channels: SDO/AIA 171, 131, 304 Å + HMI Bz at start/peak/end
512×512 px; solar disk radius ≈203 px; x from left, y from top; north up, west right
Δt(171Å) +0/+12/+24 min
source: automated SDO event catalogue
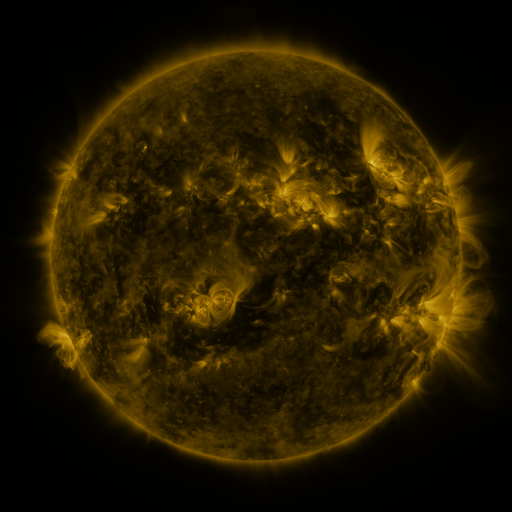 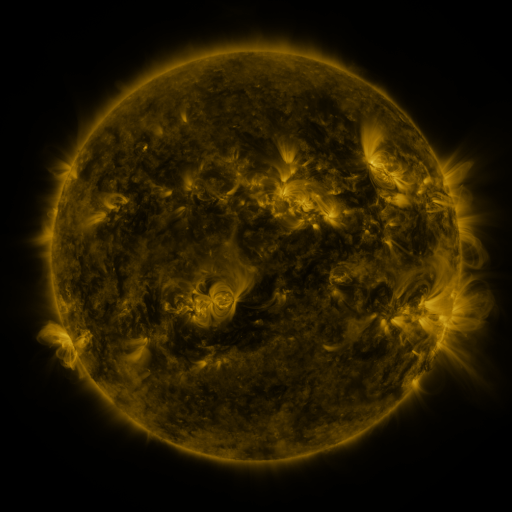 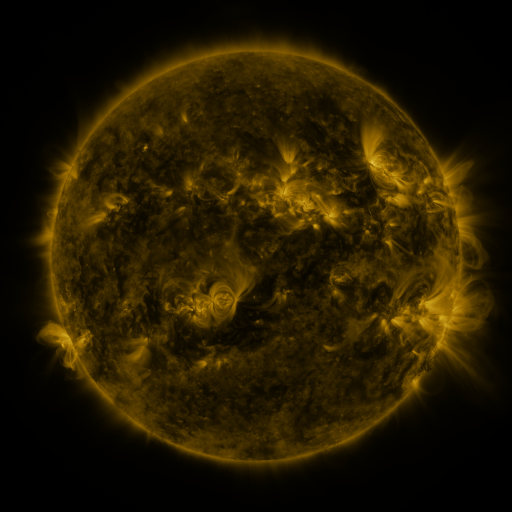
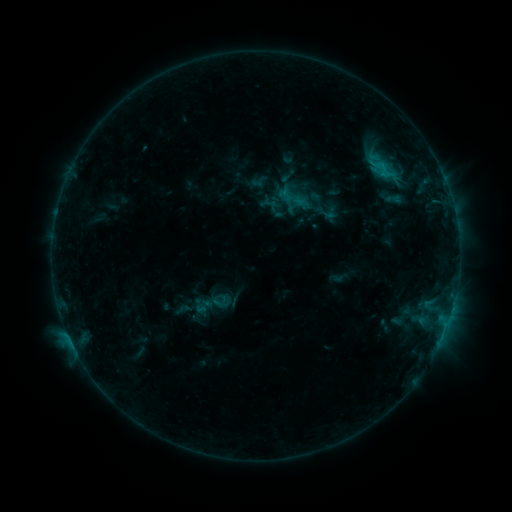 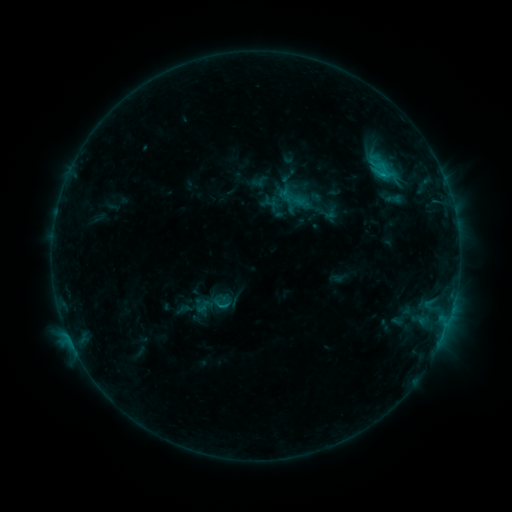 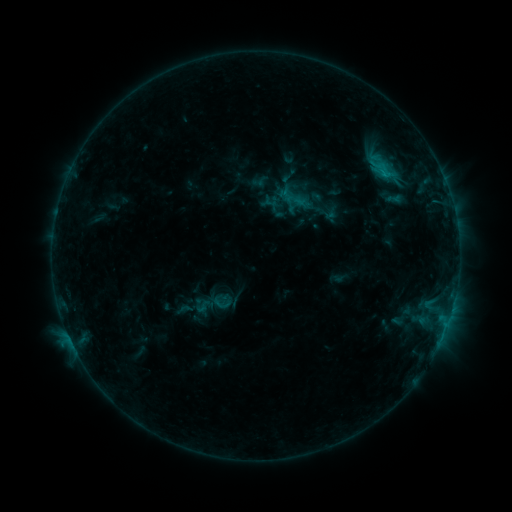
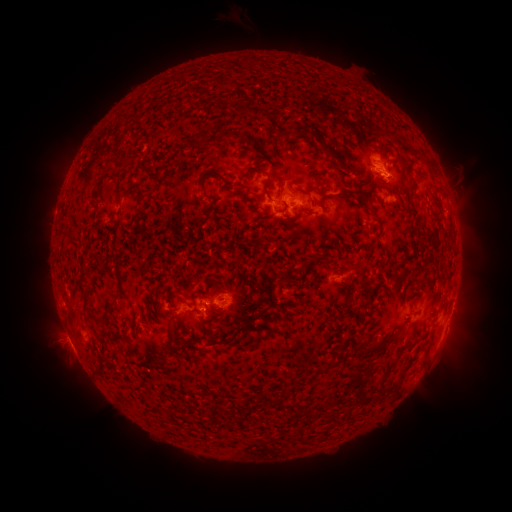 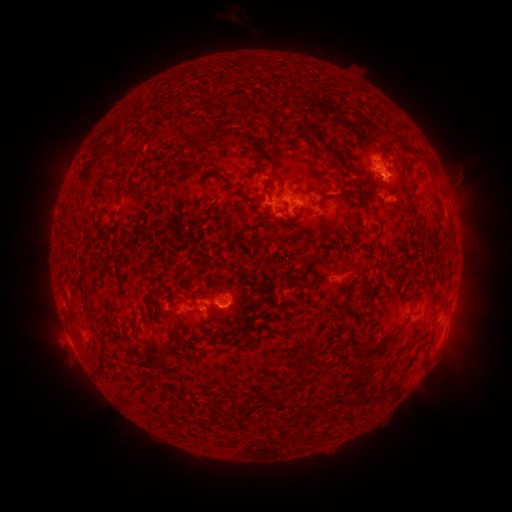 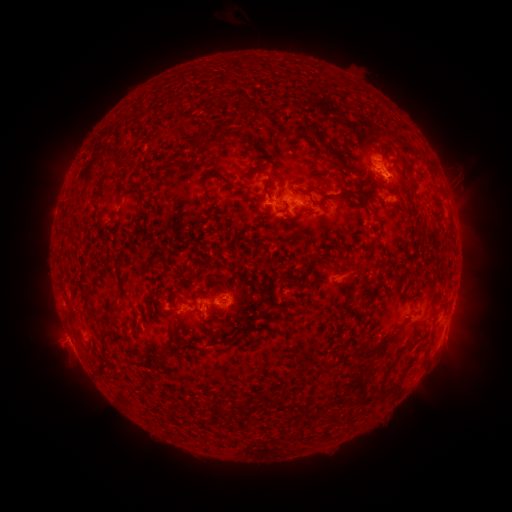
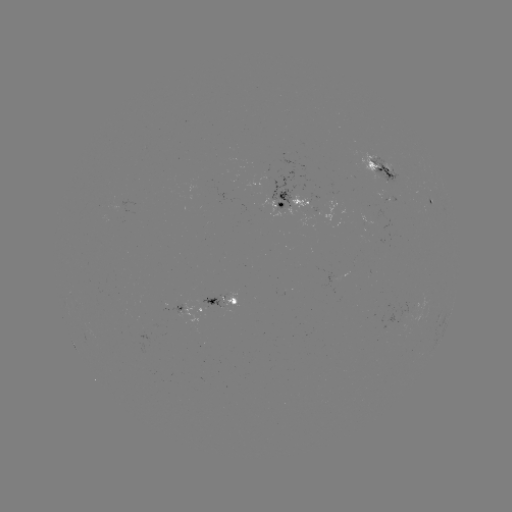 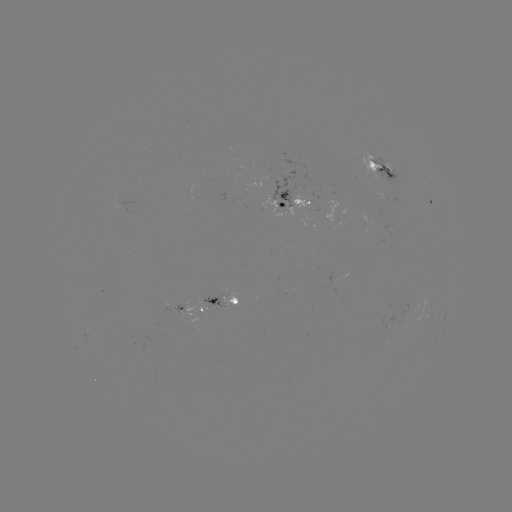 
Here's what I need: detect C1.1 flare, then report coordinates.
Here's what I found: C1.1 flare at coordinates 382,175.